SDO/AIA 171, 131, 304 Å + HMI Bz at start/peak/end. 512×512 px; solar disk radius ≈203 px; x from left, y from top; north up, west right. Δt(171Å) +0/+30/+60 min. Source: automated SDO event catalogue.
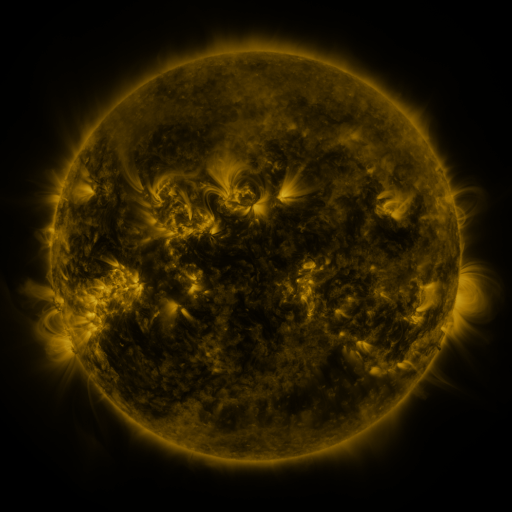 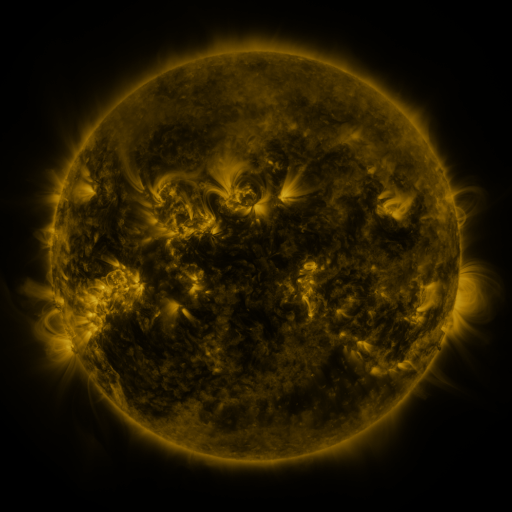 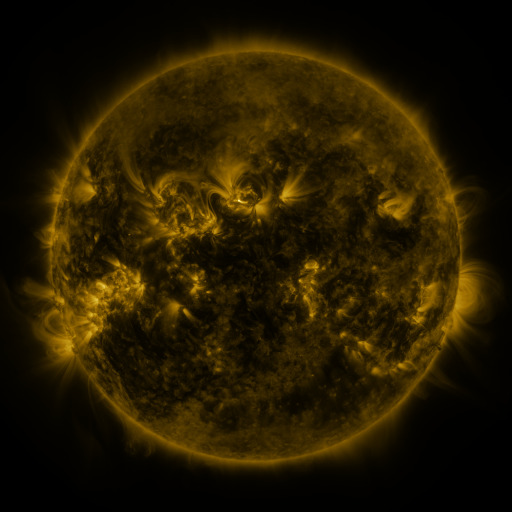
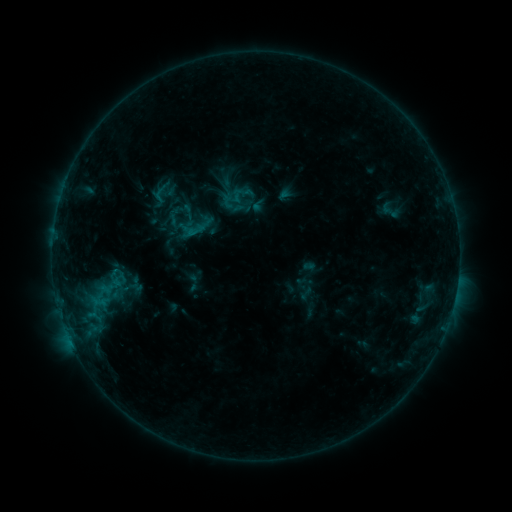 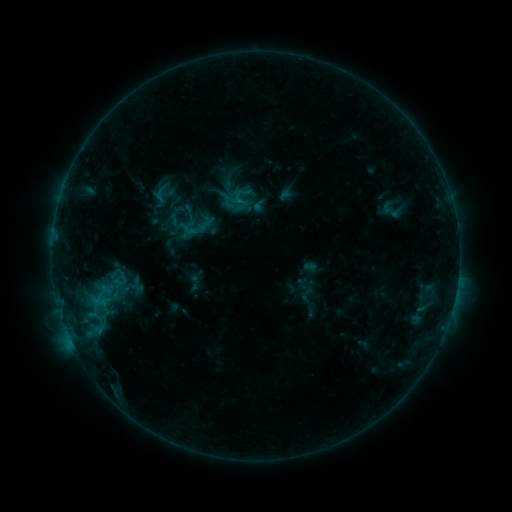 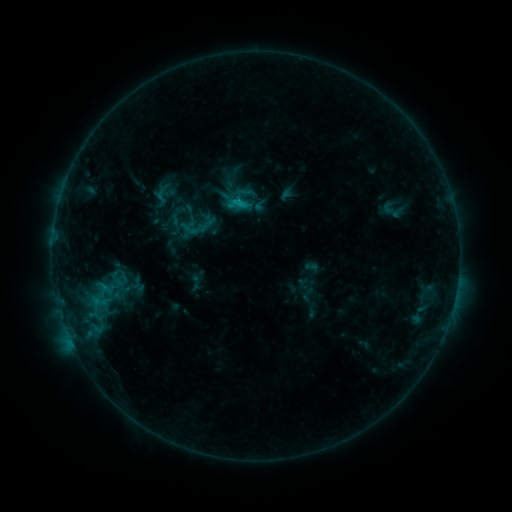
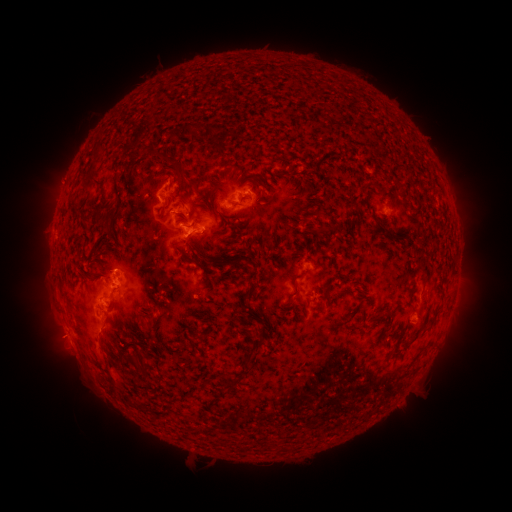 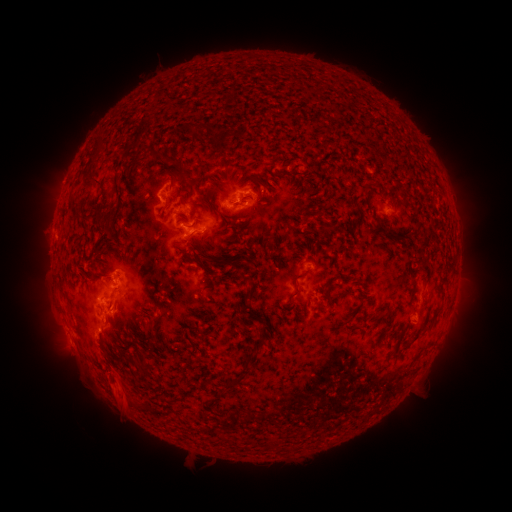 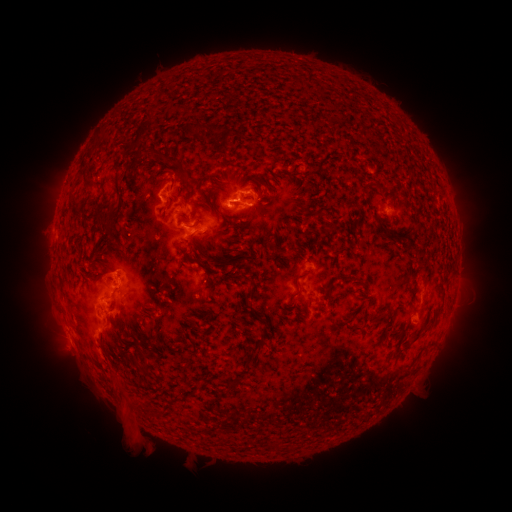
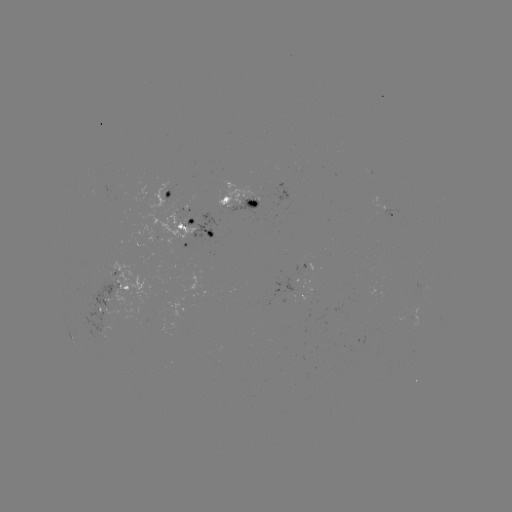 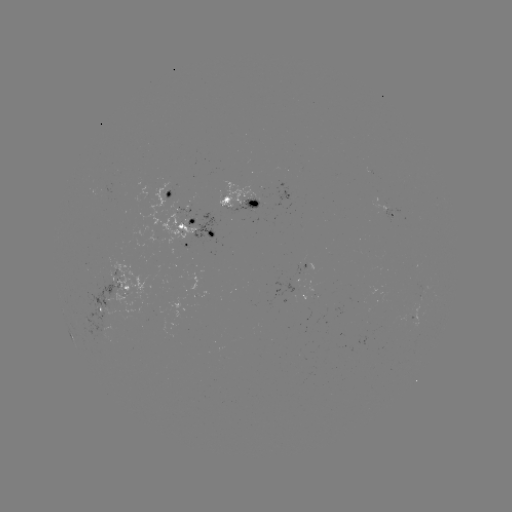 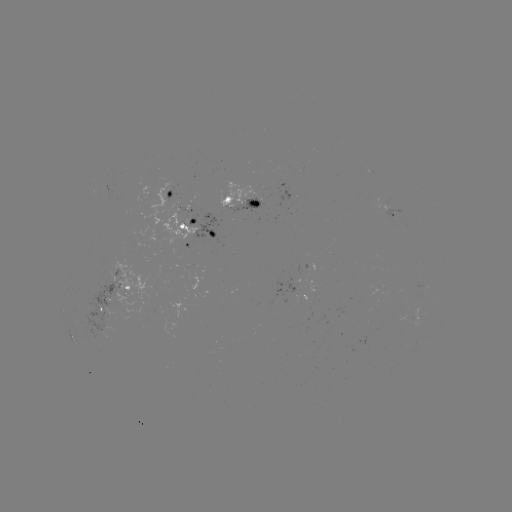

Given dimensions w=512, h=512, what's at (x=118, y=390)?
eruption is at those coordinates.